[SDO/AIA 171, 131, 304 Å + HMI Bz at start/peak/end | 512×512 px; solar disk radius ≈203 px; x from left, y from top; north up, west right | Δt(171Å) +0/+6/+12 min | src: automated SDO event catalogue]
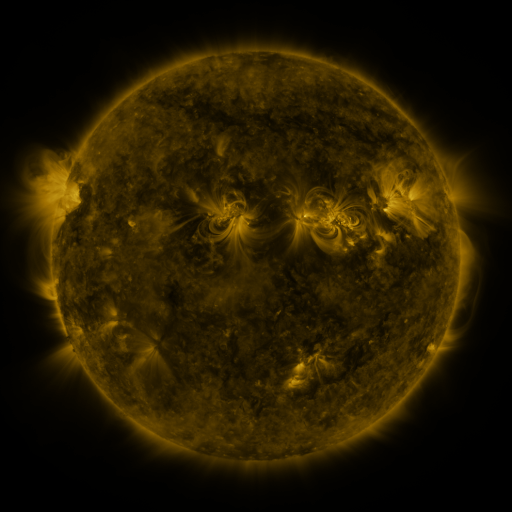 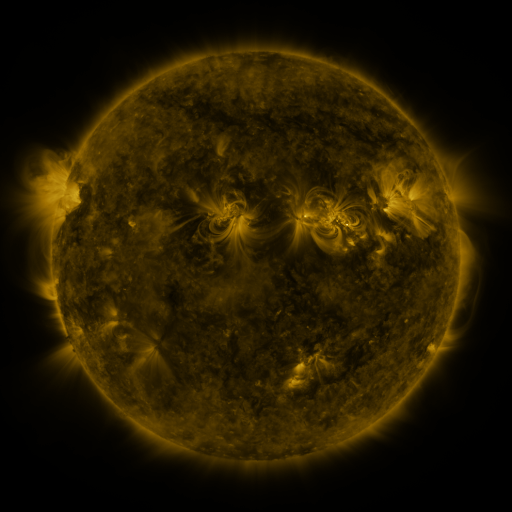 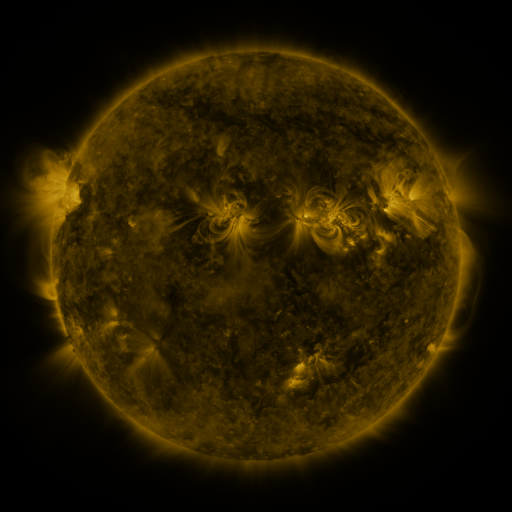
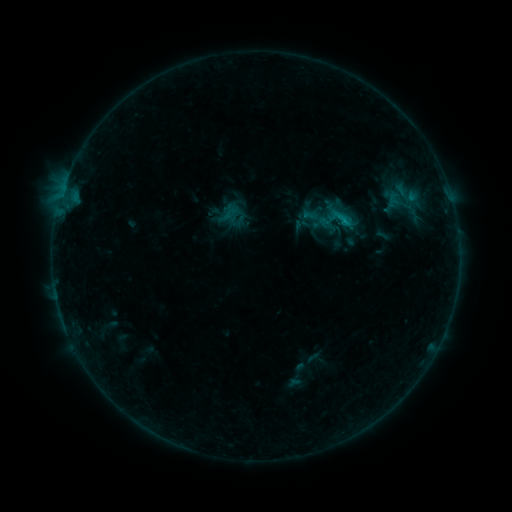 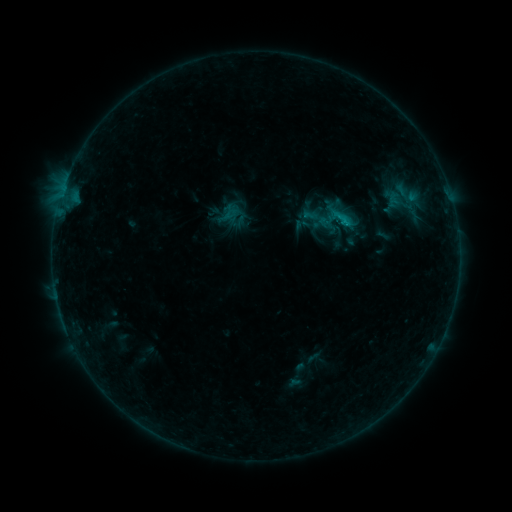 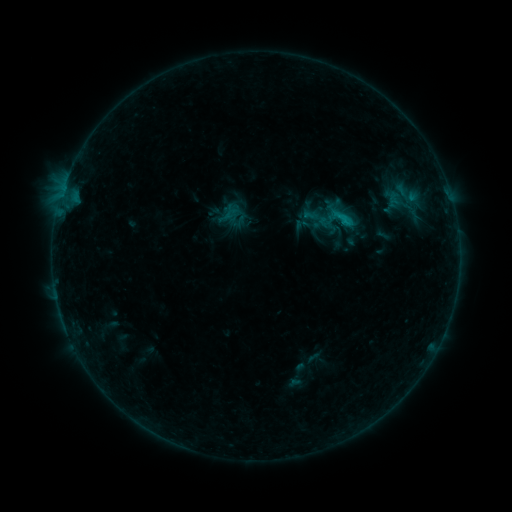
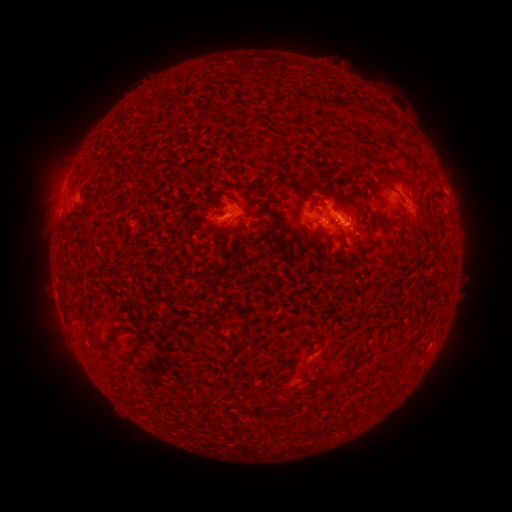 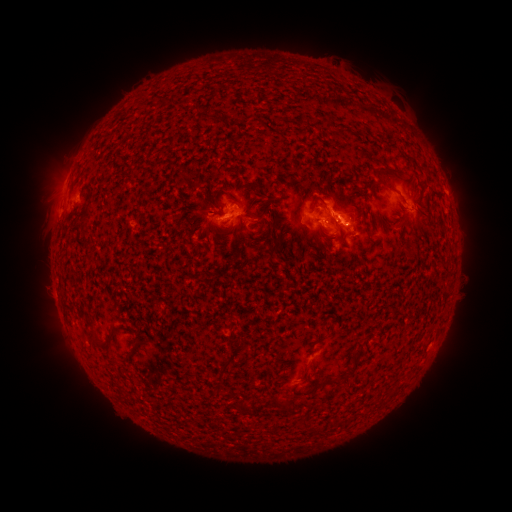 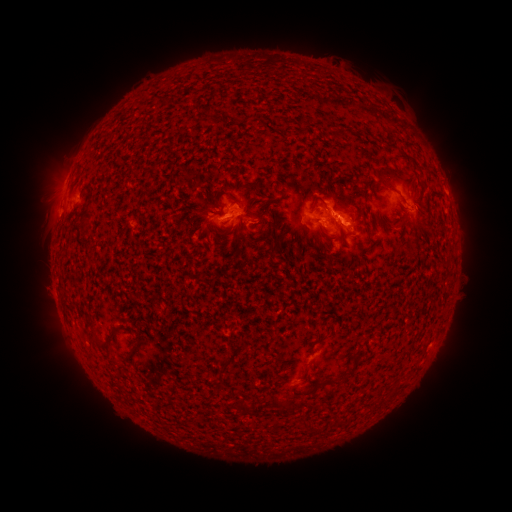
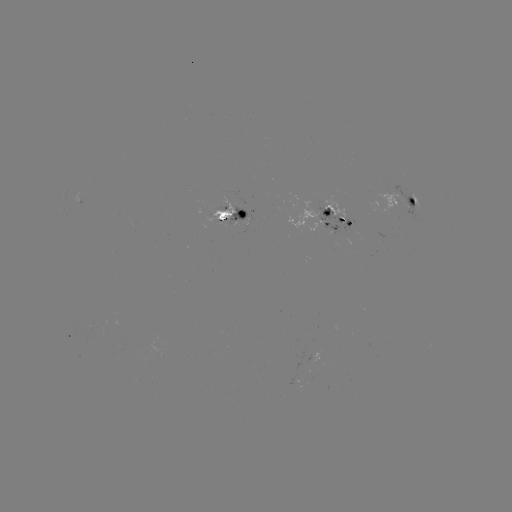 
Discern C1.2 flare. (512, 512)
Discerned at [338, 218].